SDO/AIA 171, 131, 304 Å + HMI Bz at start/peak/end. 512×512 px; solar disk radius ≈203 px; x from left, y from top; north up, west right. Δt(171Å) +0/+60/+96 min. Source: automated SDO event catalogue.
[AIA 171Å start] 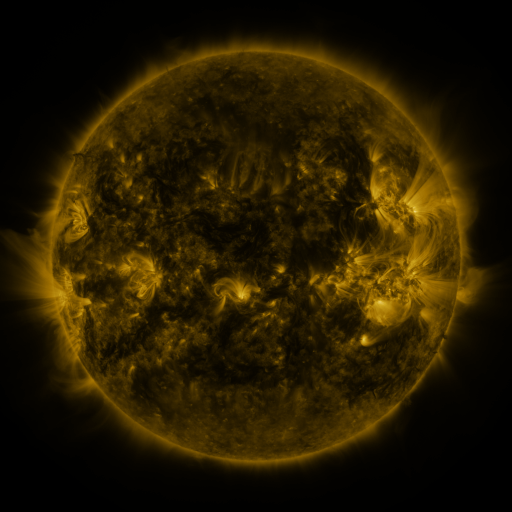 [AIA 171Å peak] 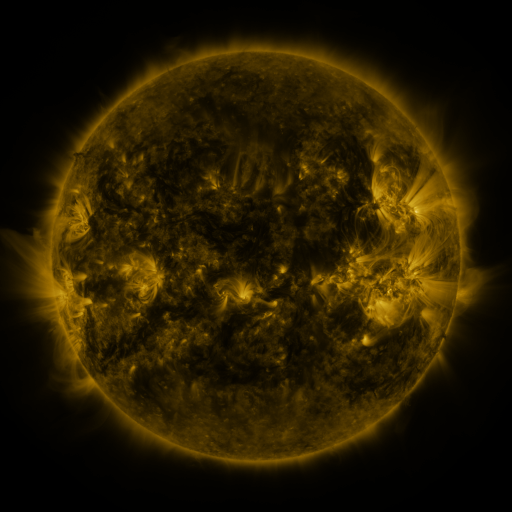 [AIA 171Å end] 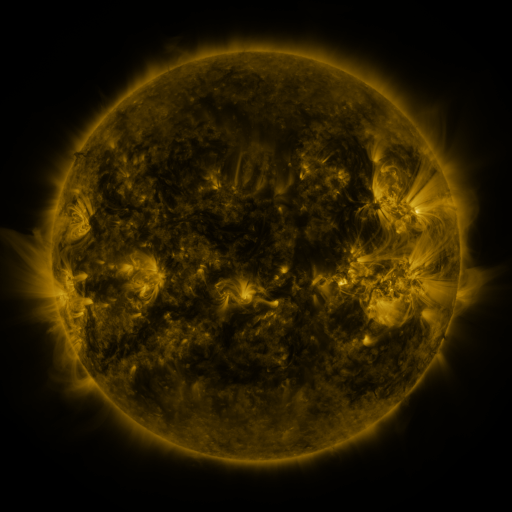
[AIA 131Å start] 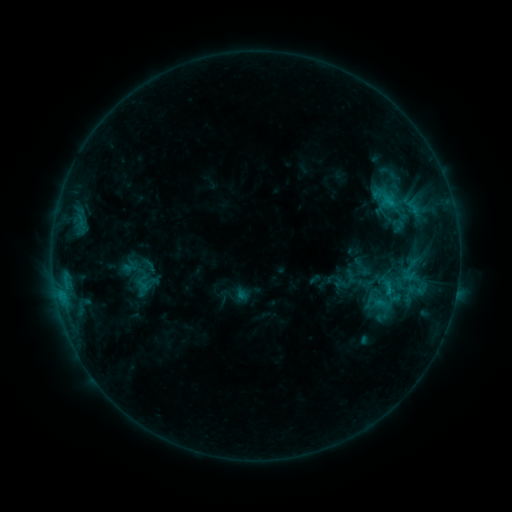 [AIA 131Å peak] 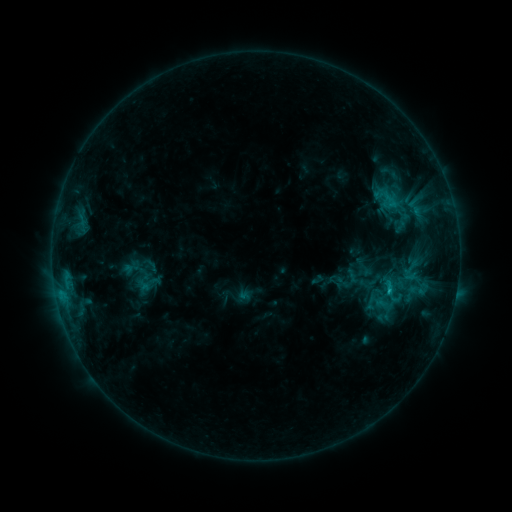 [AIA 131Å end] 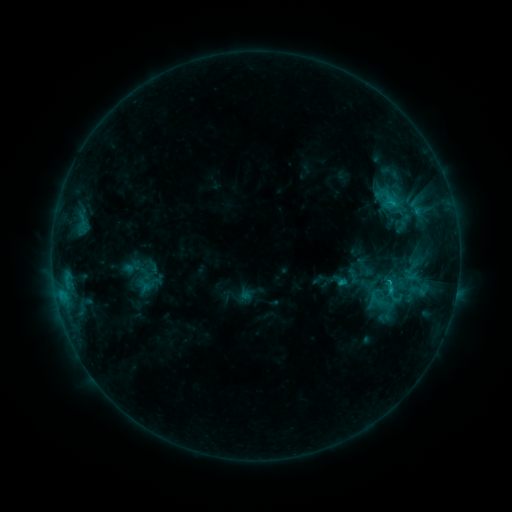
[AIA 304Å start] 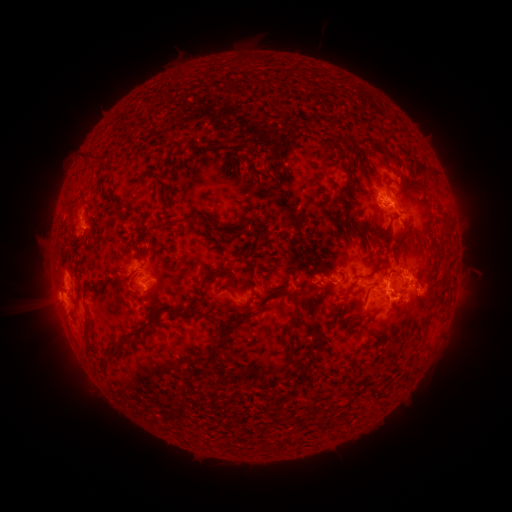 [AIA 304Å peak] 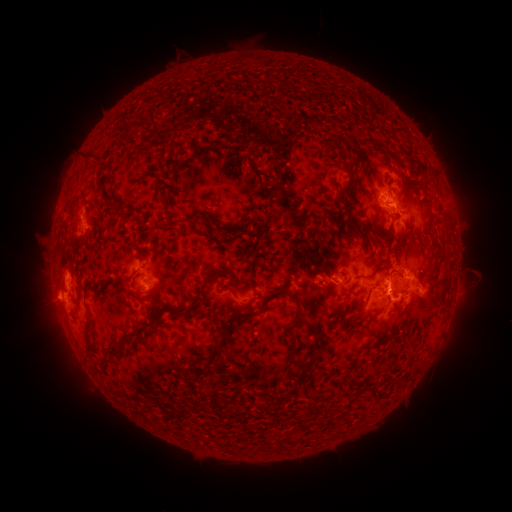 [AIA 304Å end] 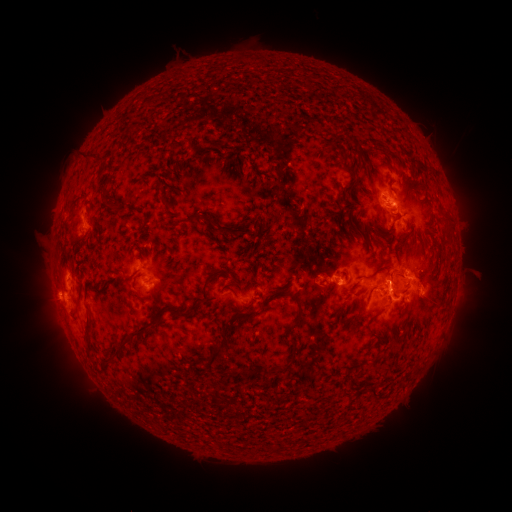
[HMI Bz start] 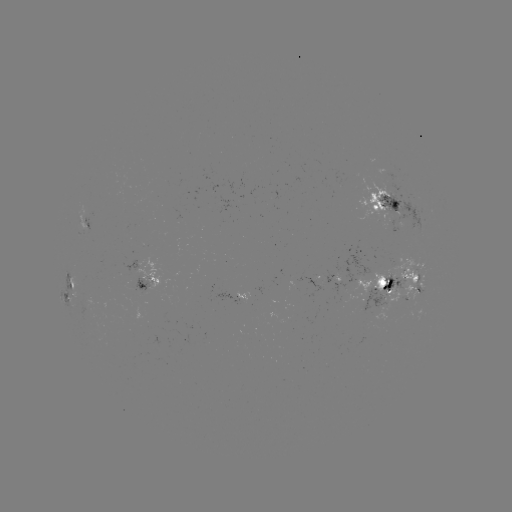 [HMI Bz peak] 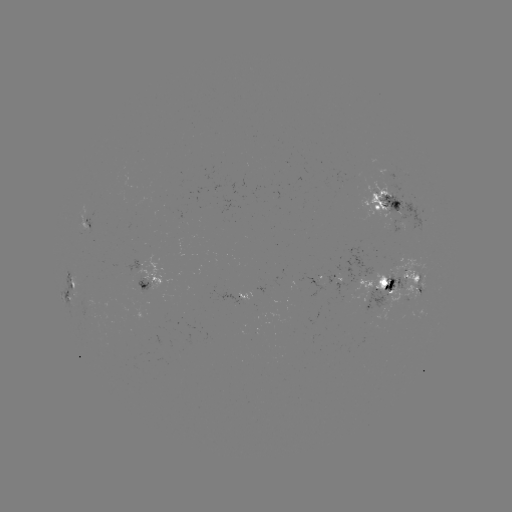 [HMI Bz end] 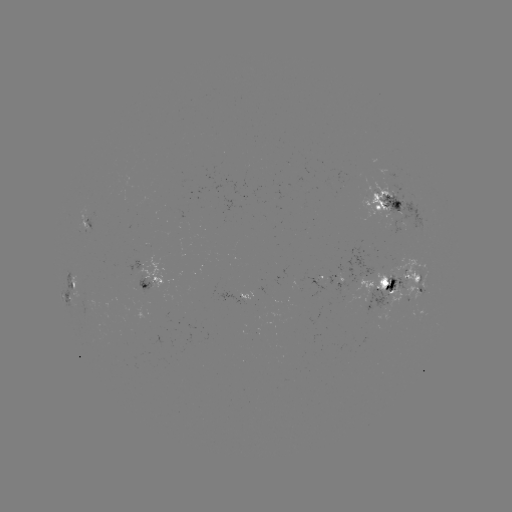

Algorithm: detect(emerging-flux region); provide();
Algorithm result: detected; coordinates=317,281